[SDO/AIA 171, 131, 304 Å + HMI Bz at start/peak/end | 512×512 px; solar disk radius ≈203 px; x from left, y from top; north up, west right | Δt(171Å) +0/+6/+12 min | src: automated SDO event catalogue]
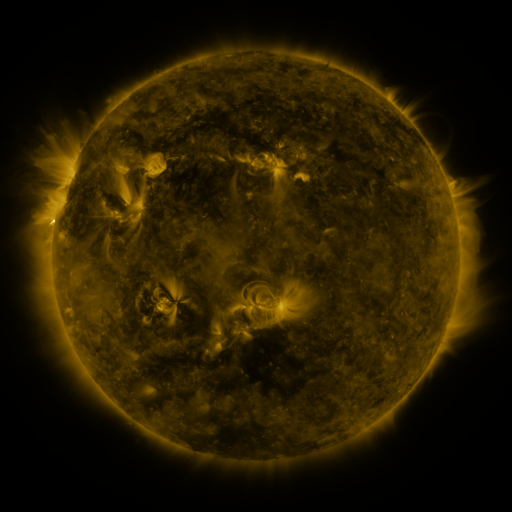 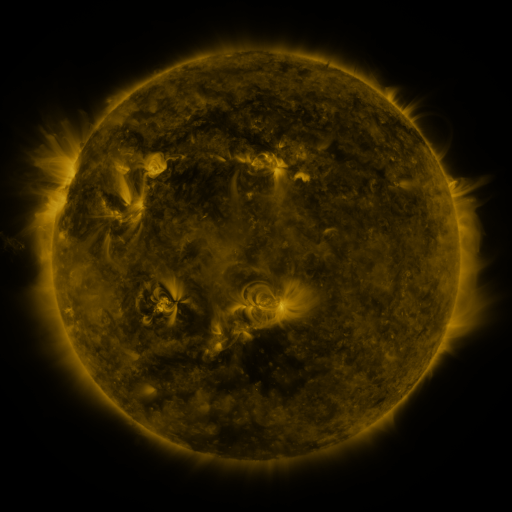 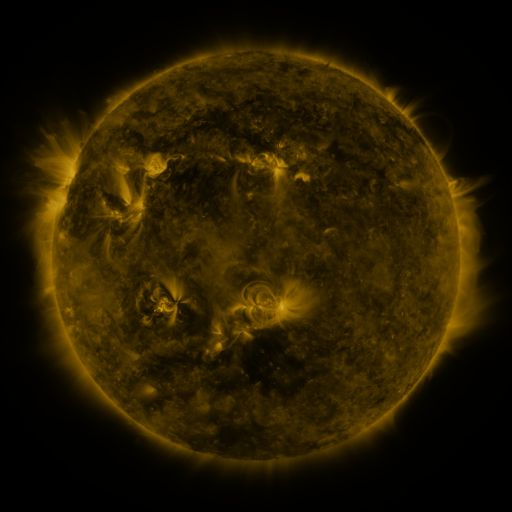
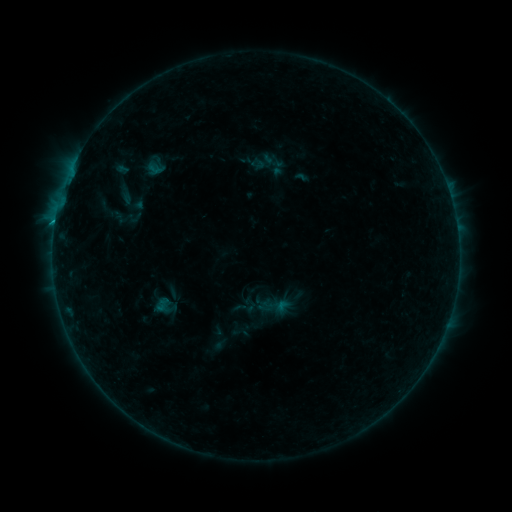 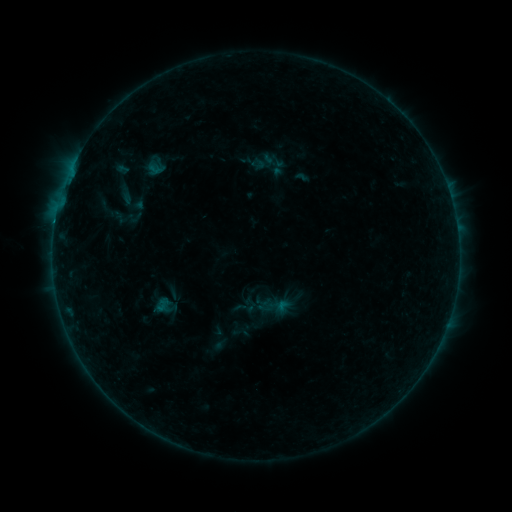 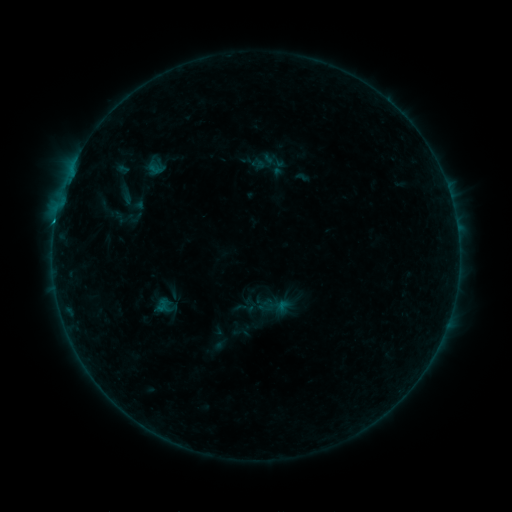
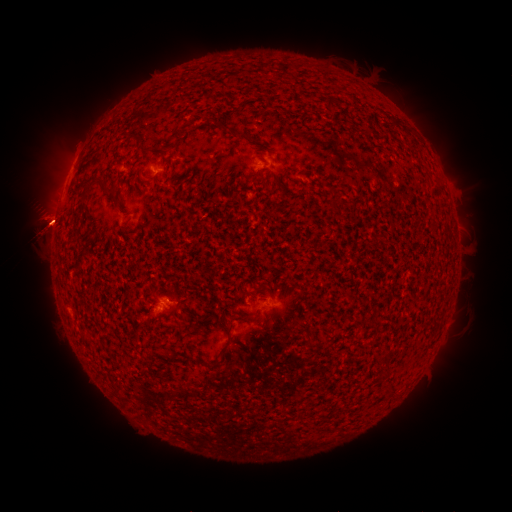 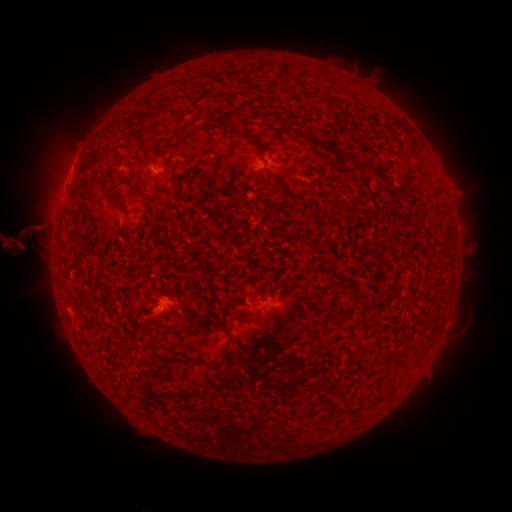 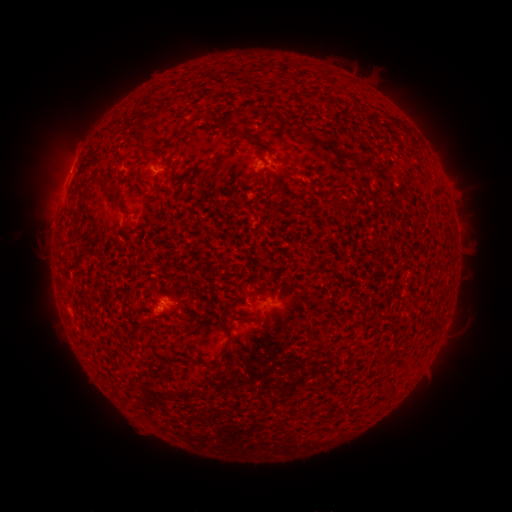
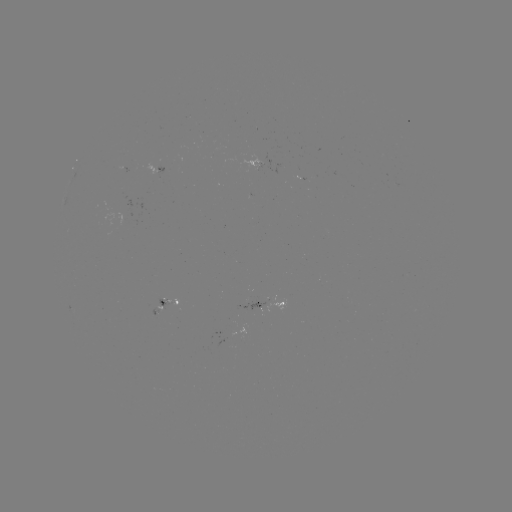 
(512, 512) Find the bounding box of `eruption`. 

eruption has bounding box [452, 198, 511, 272].